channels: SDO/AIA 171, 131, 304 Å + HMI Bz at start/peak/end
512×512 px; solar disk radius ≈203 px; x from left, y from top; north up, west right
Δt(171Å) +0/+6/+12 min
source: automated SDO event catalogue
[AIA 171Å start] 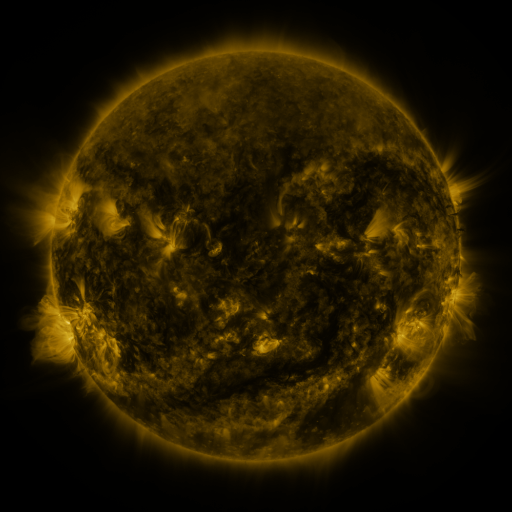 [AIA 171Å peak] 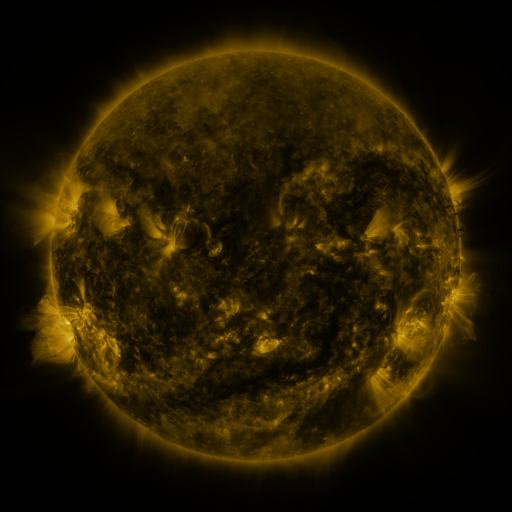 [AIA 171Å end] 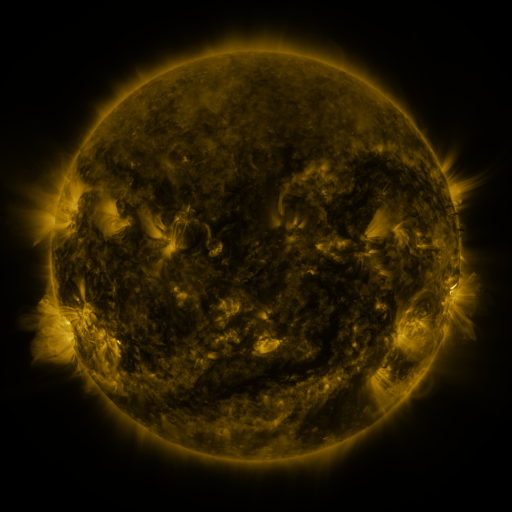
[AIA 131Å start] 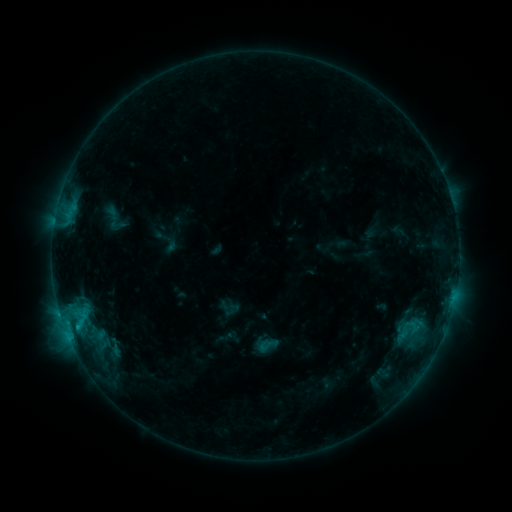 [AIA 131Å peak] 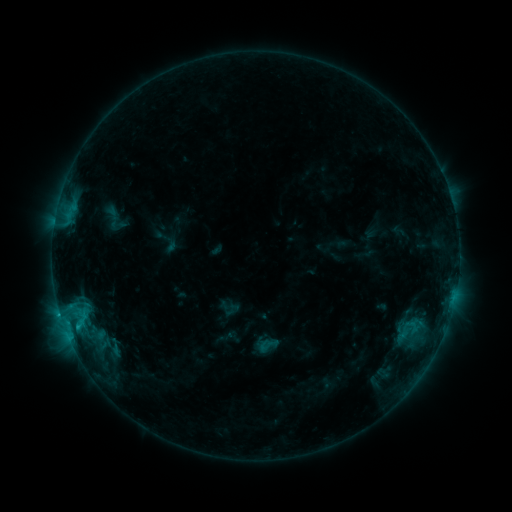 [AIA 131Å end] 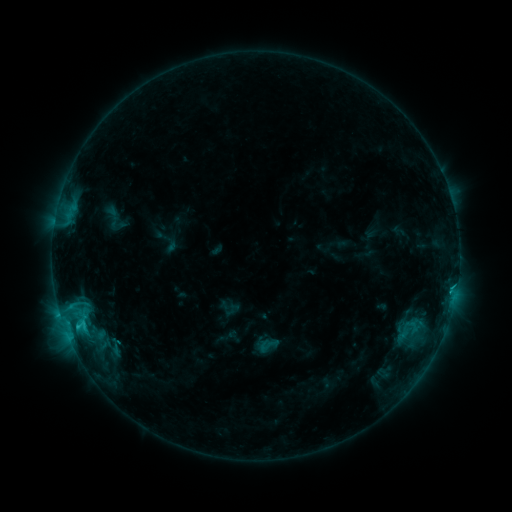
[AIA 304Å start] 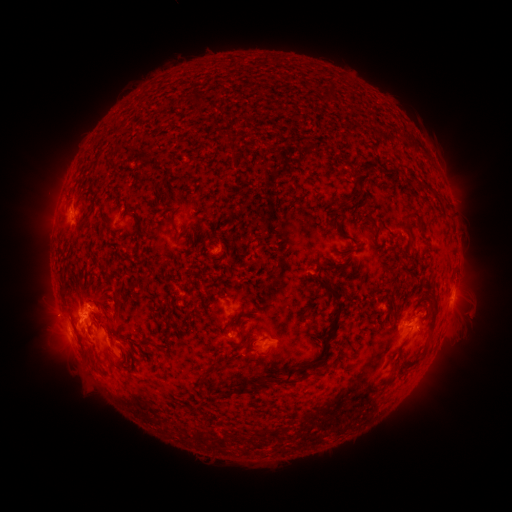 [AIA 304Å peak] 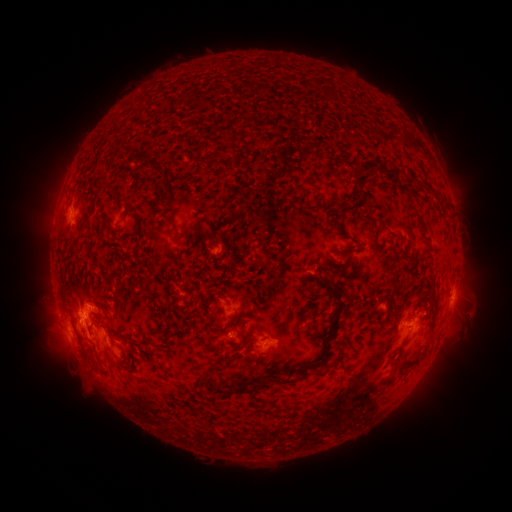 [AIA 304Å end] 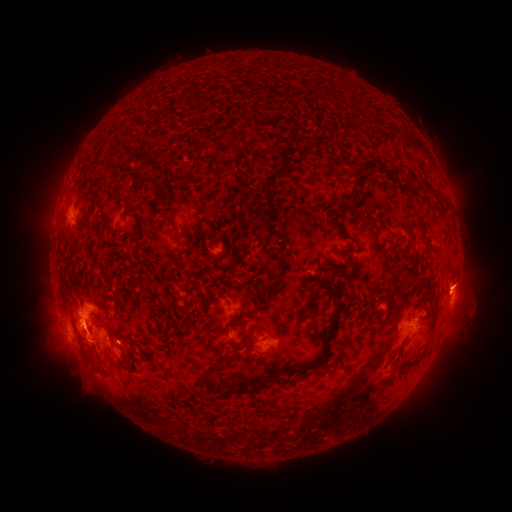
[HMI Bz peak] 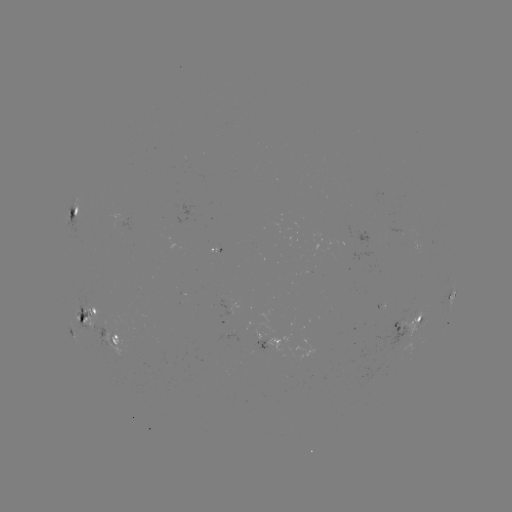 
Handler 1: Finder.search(C2.9 flare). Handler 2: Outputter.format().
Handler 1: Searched C2.9 flare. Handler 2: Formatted (84, 323).